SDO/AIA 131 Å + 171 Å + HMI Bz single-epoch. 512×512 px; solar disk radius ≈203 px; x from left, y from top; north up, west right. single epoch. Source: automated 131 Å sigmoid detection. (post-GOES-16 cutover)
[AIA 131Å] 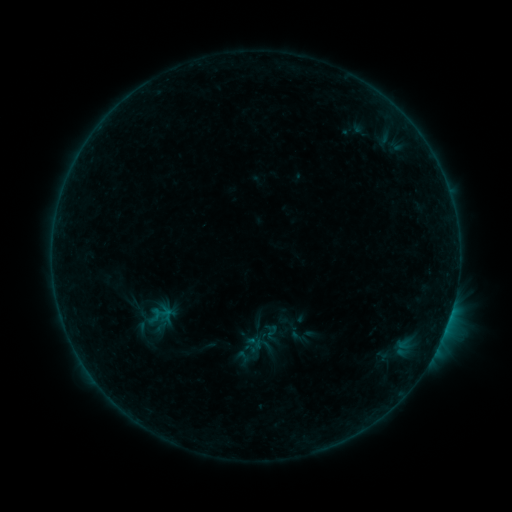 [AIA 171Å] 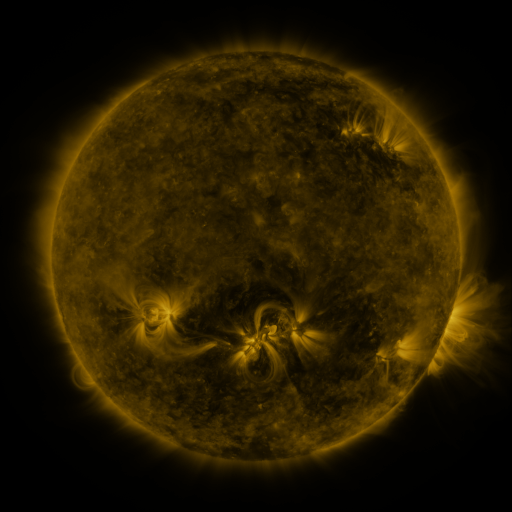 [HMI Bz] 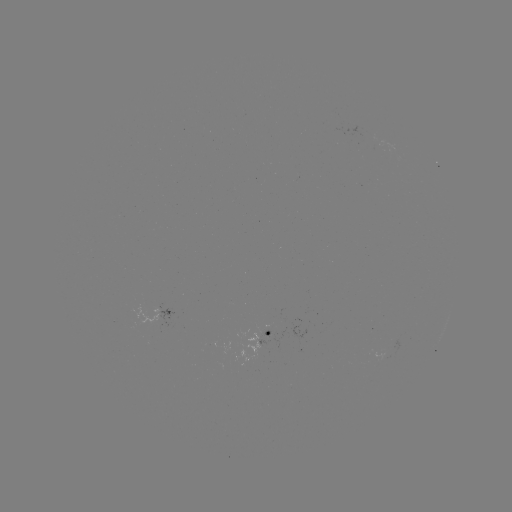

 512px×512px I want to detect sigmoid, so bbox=[264, 325, 280, 342].